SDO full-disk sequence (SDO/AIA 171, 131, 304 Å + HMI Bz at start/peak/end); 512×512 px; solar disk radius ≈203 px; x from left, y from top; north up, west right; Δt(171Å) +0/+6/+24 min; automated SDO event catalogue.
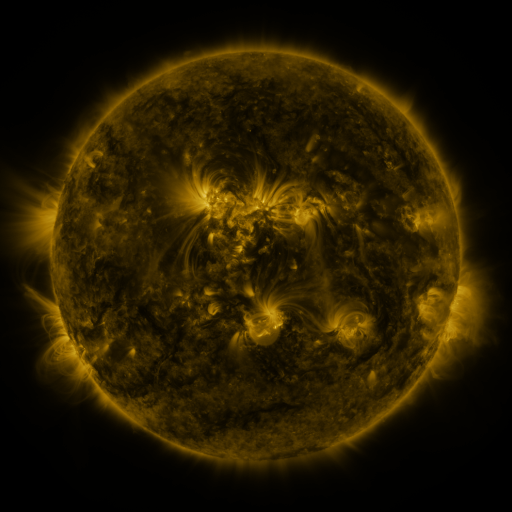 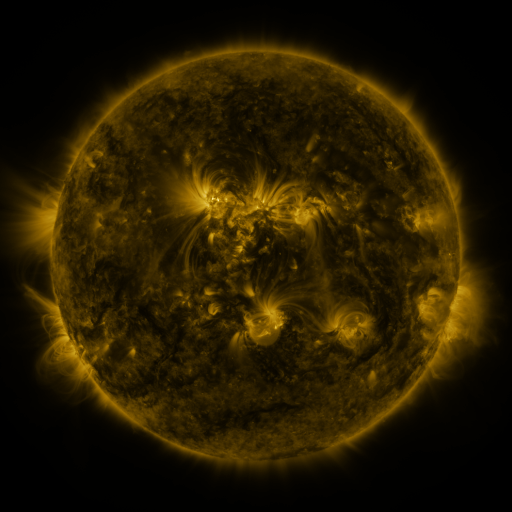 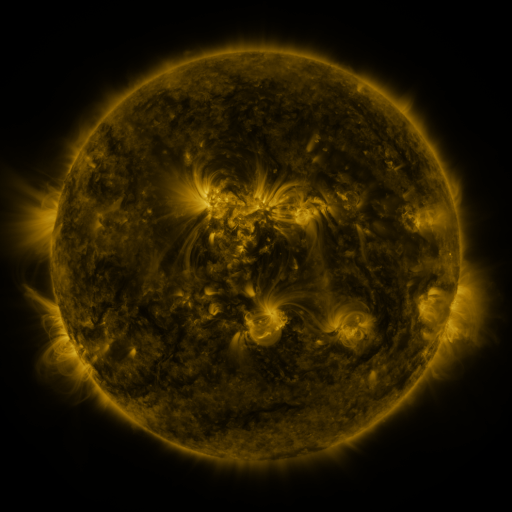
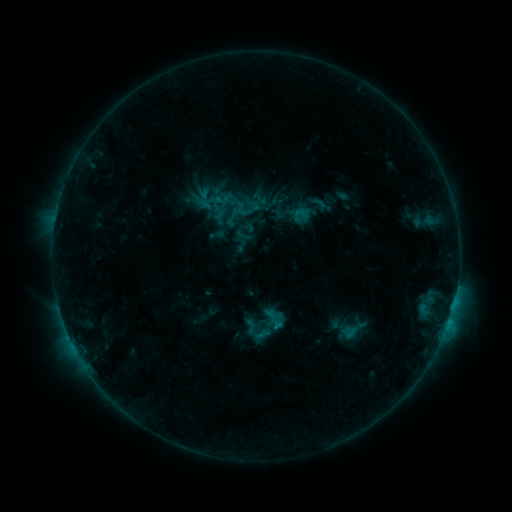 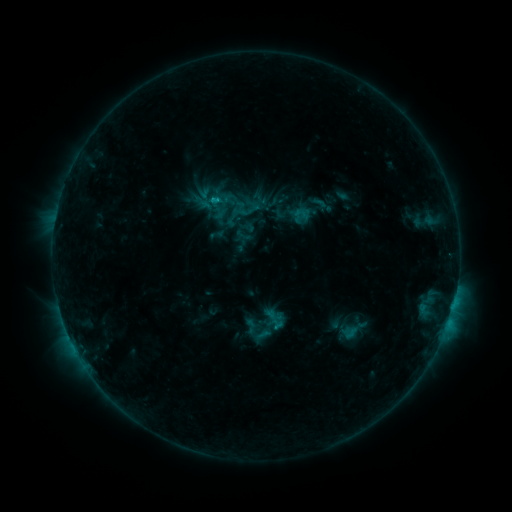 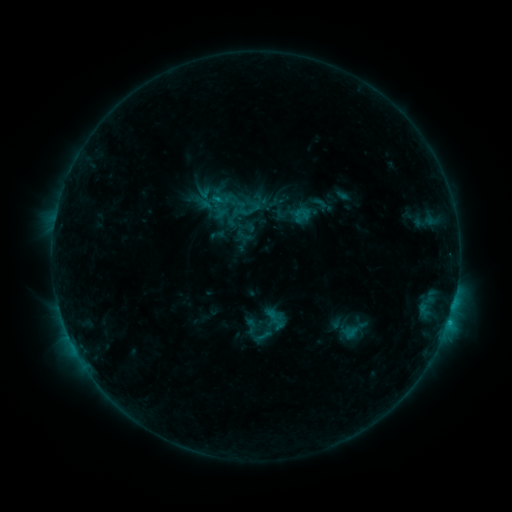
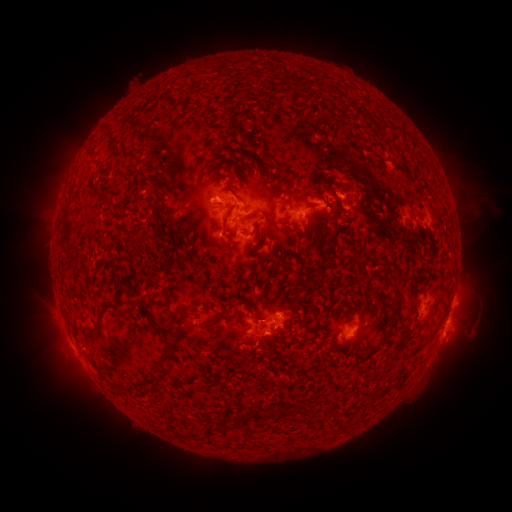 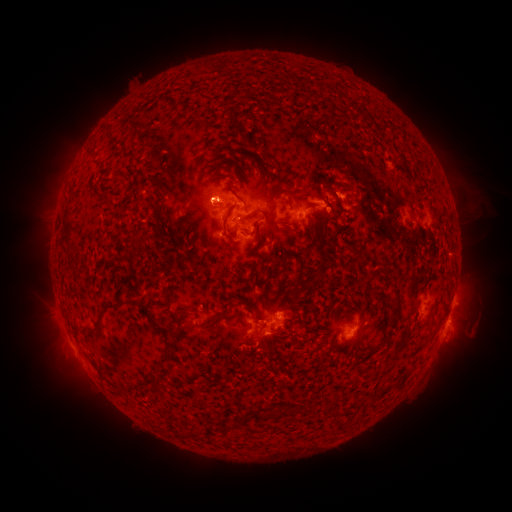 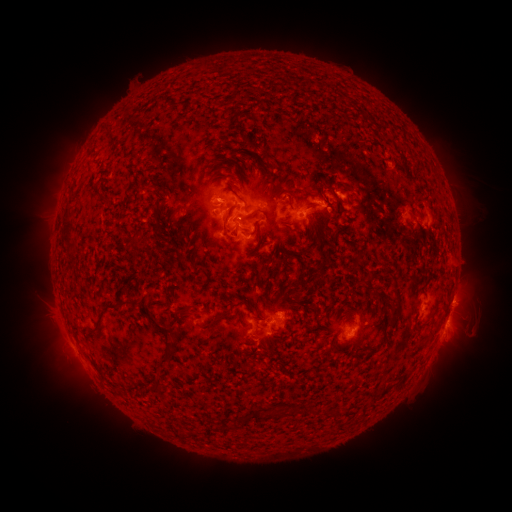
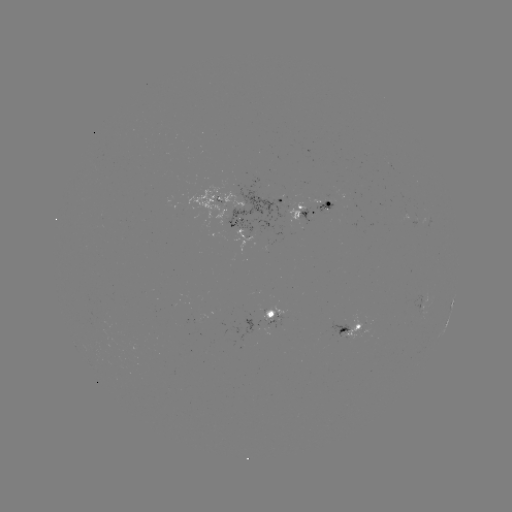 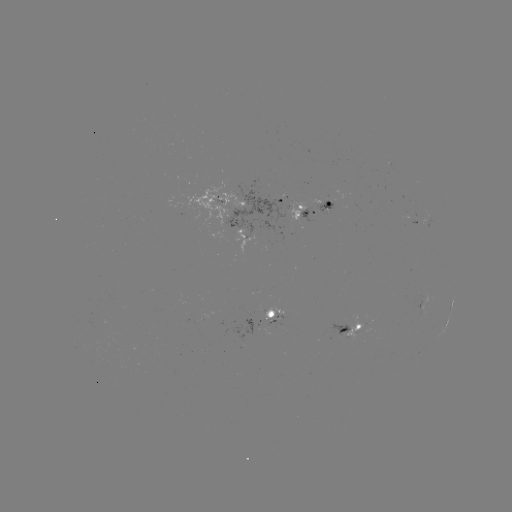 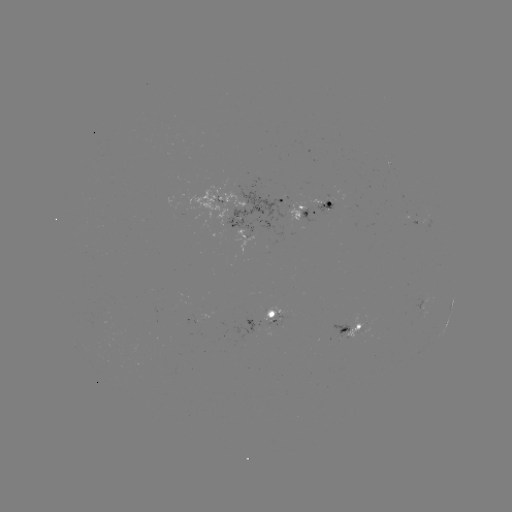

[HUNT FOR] C1.2 flare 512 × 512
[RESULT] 215,203